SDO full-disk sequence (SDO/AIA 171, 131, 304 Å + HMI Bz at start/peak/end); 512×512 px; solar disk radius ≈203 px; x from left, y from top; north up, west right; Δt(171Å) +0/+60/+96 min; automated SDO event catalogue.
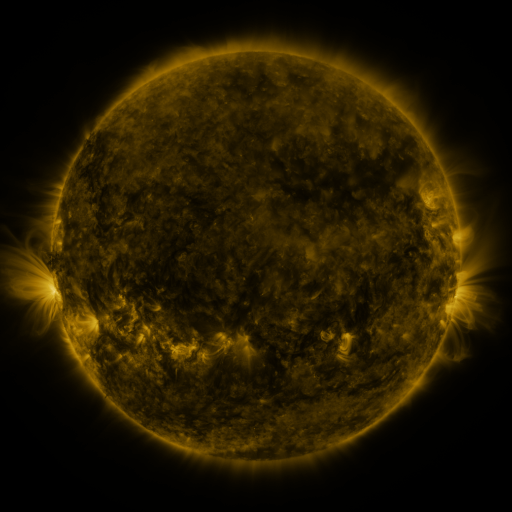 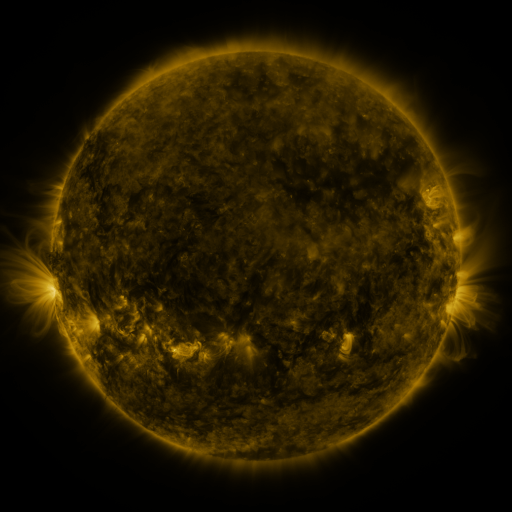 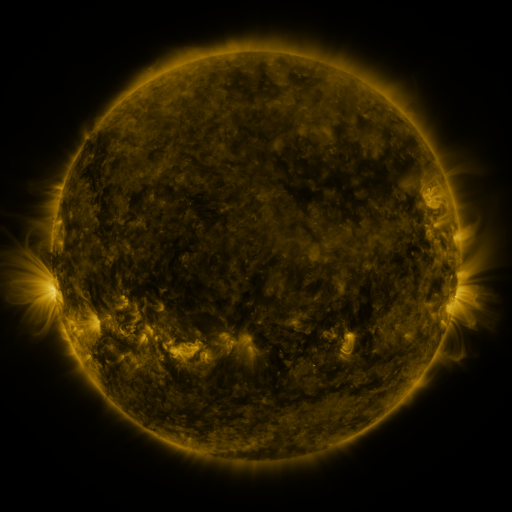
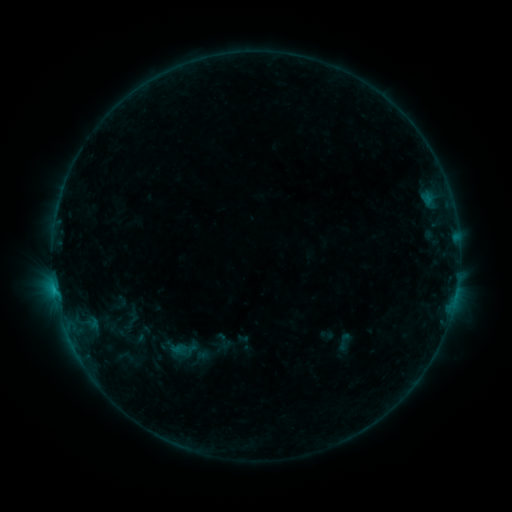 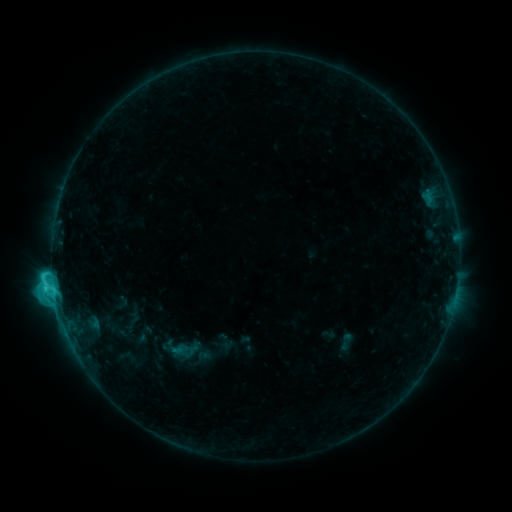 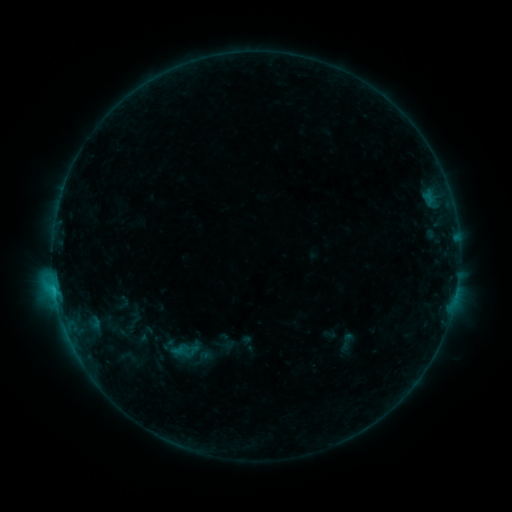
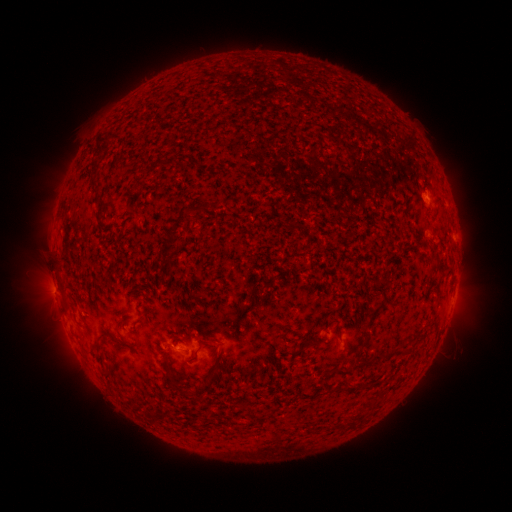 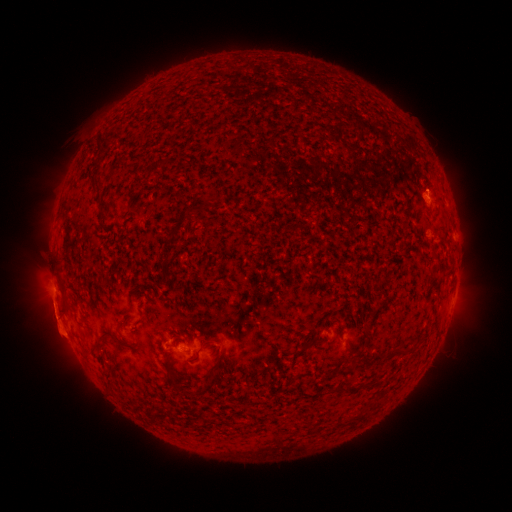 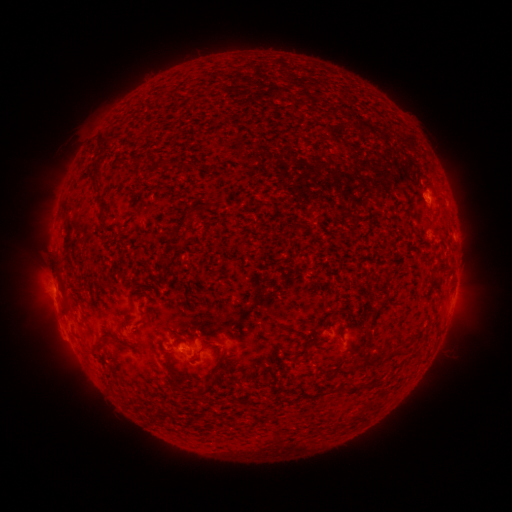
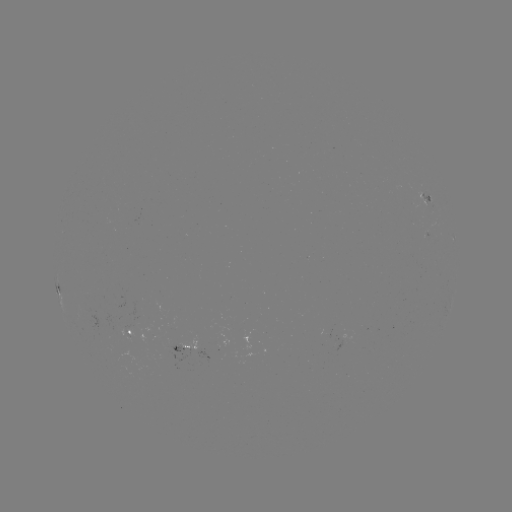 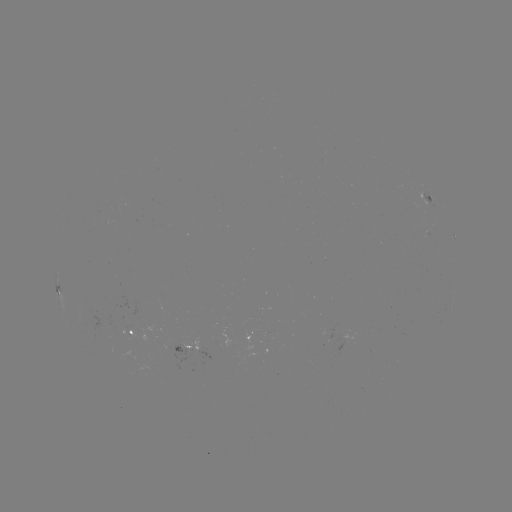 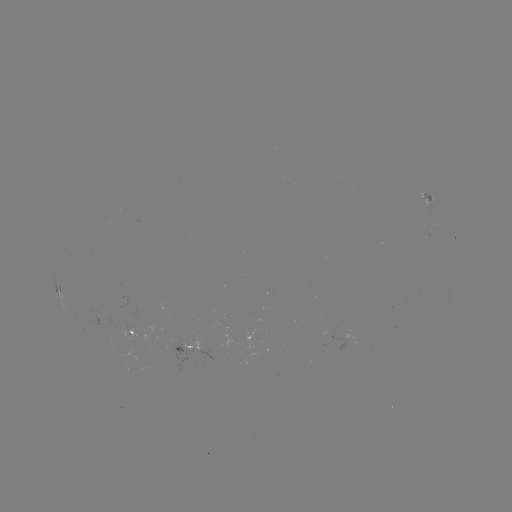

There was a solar emerging-flux region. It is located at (183, 347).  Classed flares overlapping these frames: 2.